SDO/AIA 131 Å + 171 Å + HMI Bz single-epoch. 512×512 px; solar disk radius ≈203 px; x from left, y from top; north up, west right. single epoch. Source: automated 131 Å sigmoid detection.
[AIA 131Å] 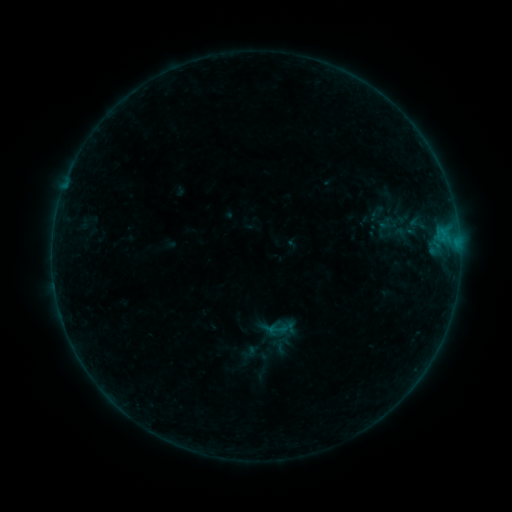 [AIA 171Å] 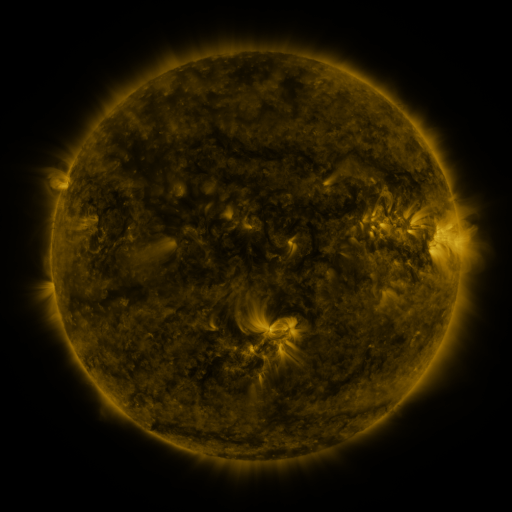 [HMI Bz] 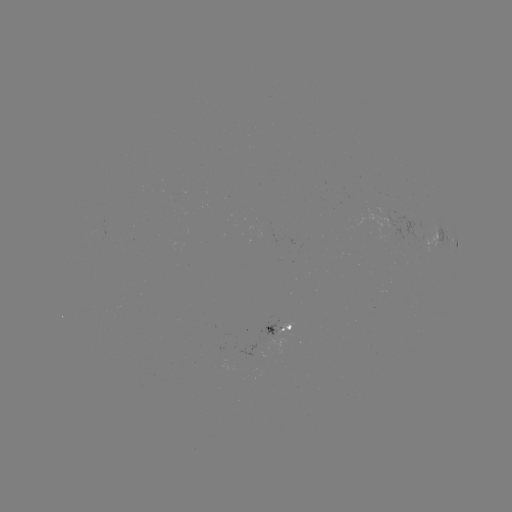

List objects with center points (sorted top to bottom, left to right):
sigmoid: (267, 319, 286, 338)
